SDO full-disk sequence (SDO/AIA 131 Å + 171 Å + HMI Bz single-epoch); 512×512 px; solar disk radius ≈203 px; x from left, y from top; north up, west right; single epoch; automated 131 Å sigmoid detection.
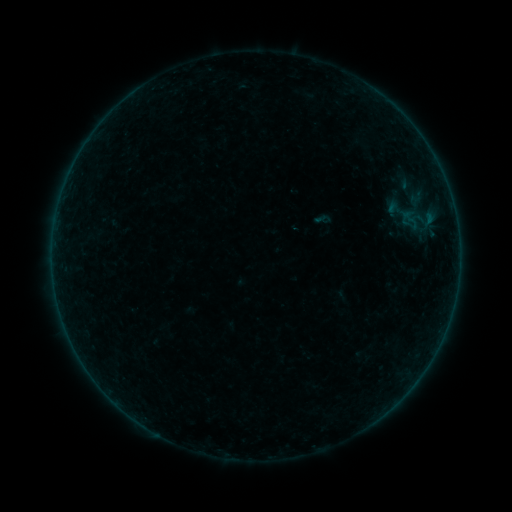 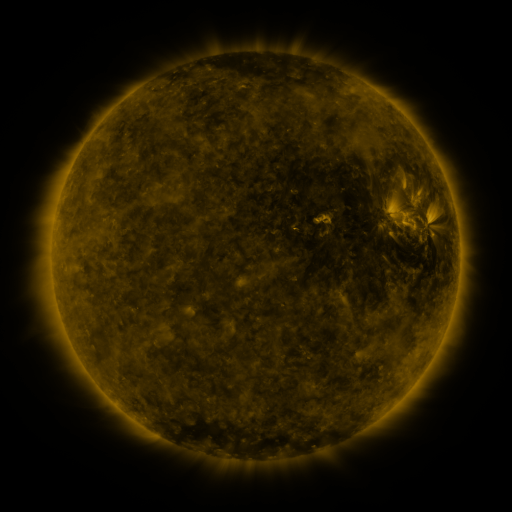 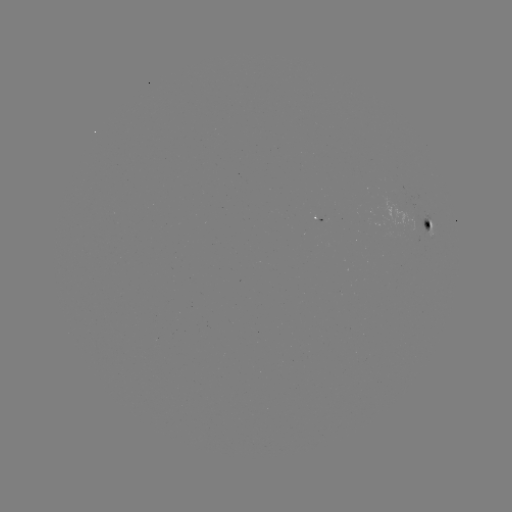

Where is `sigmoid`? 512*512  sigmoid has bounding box [313, 209, 333, 229].